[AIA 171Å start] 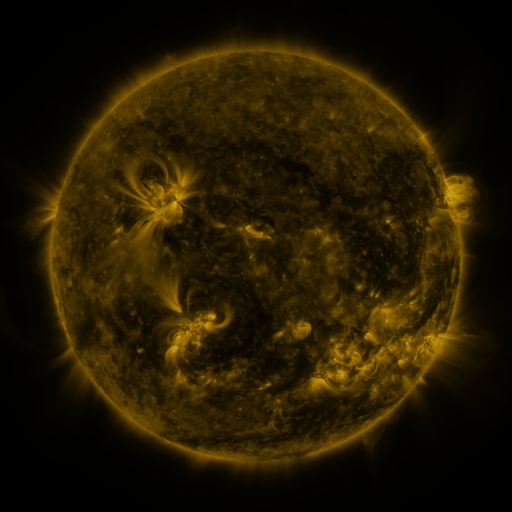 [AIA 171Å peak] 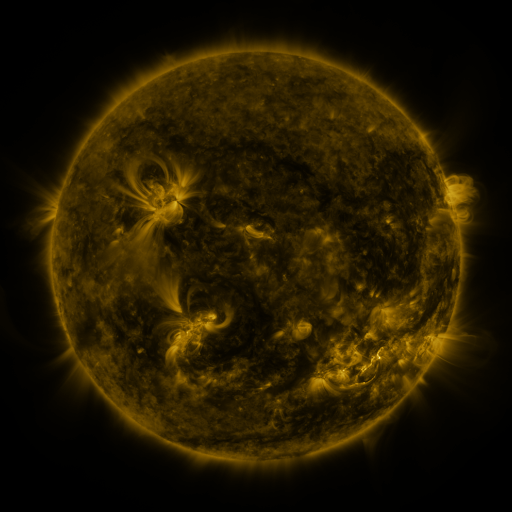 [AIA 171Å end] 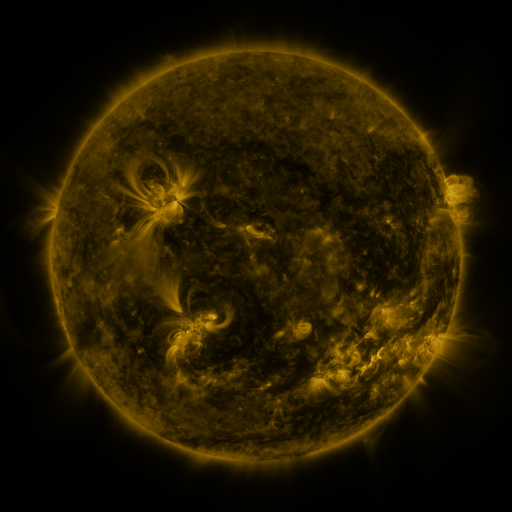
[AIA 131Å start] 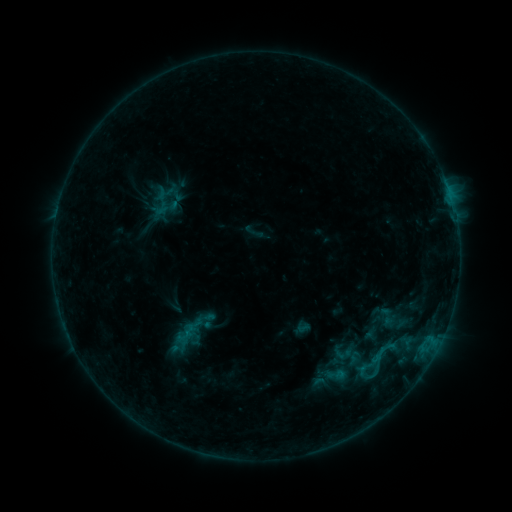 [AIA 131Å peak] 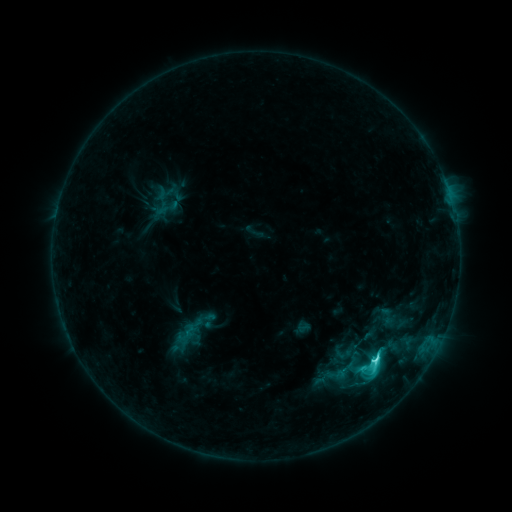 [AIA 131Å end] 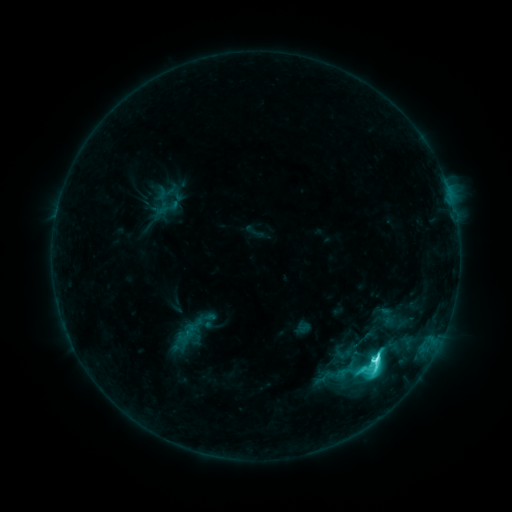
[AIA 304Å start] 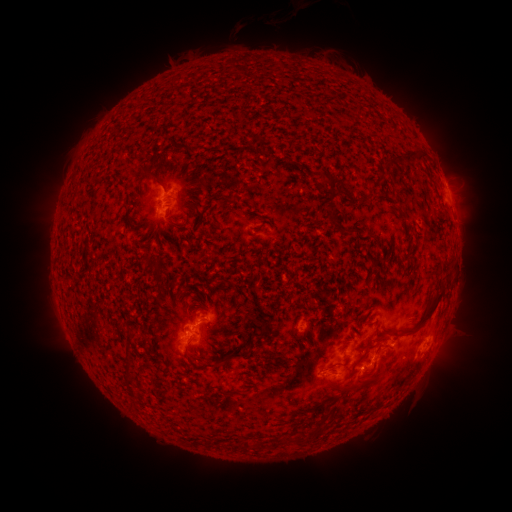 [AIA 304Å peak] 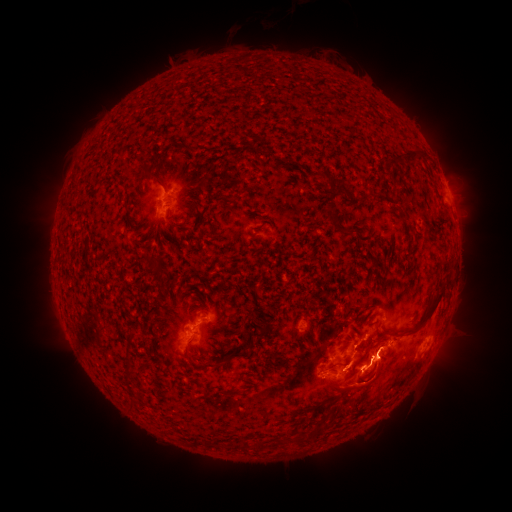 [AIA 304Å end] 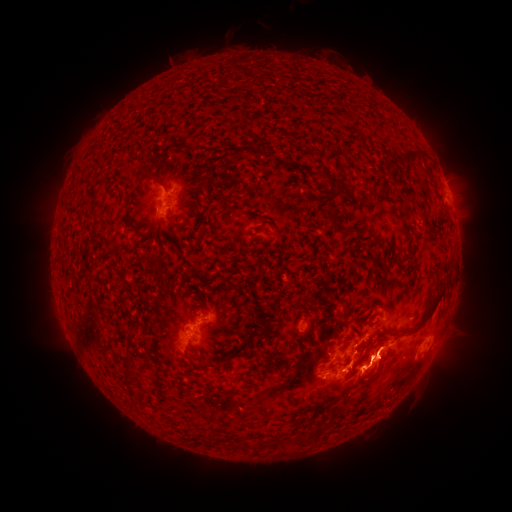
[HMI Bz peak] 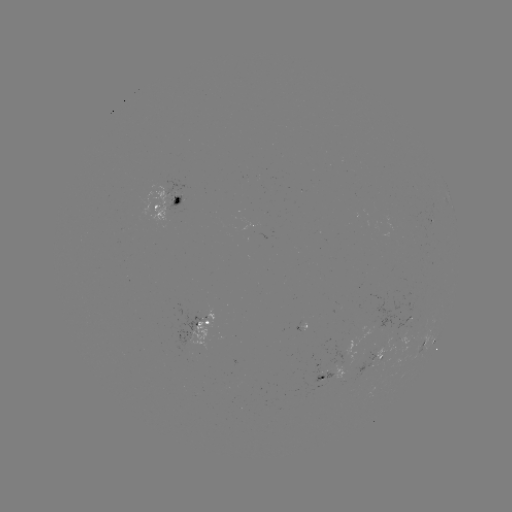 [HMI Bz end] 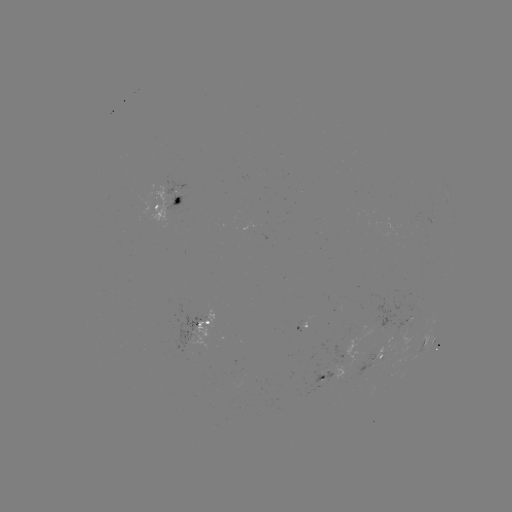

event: eruption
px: (372, 386)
